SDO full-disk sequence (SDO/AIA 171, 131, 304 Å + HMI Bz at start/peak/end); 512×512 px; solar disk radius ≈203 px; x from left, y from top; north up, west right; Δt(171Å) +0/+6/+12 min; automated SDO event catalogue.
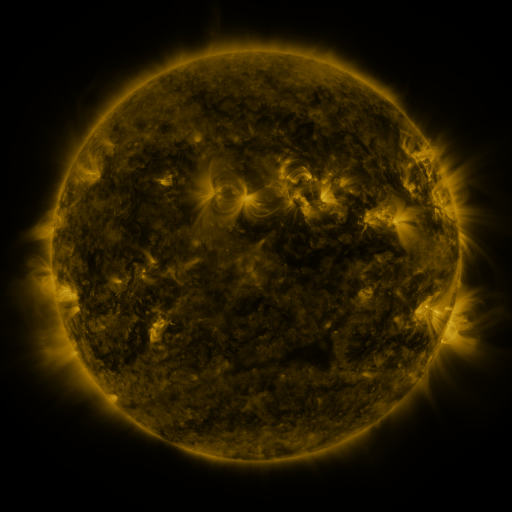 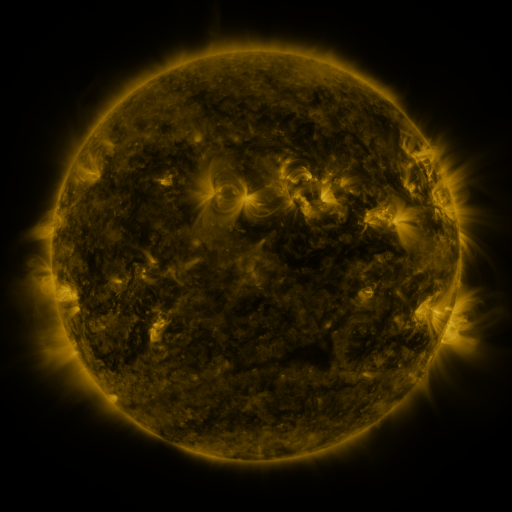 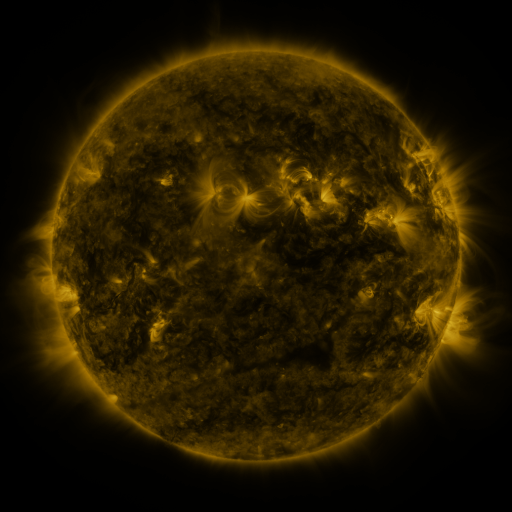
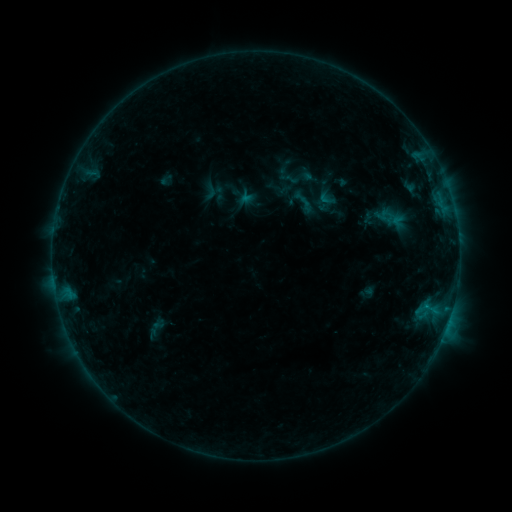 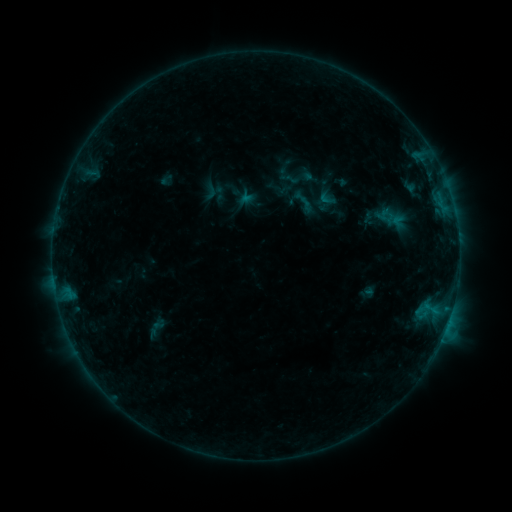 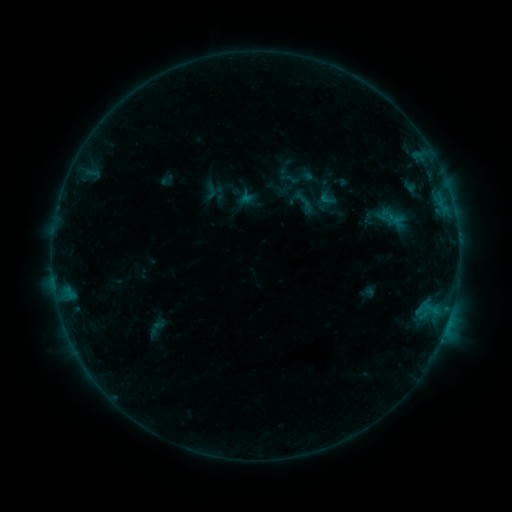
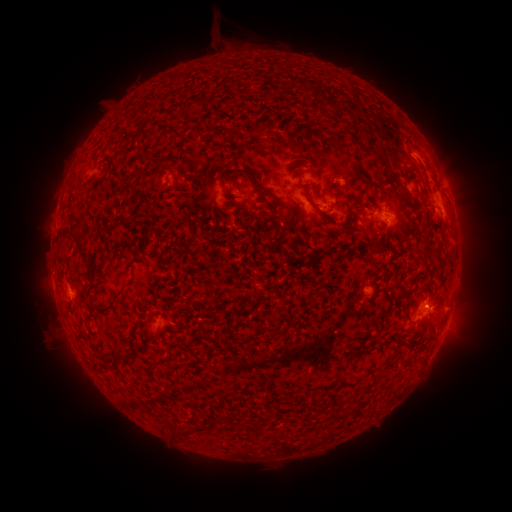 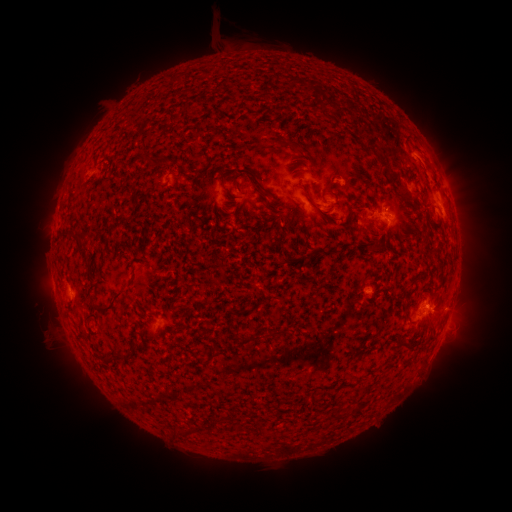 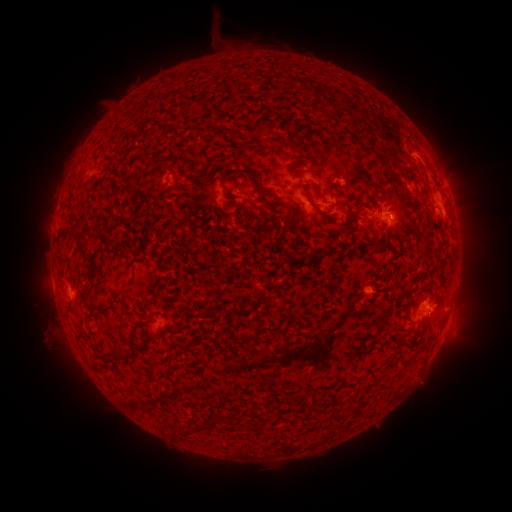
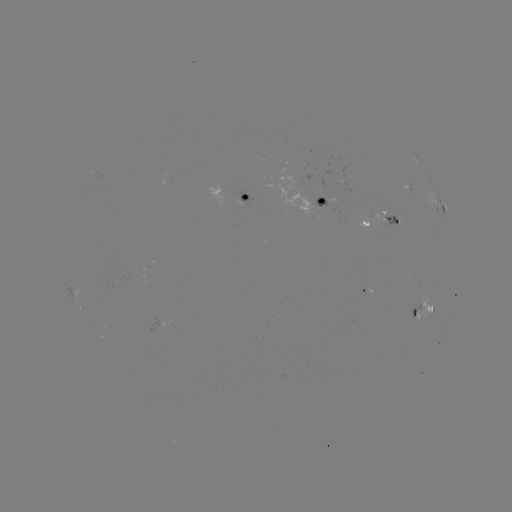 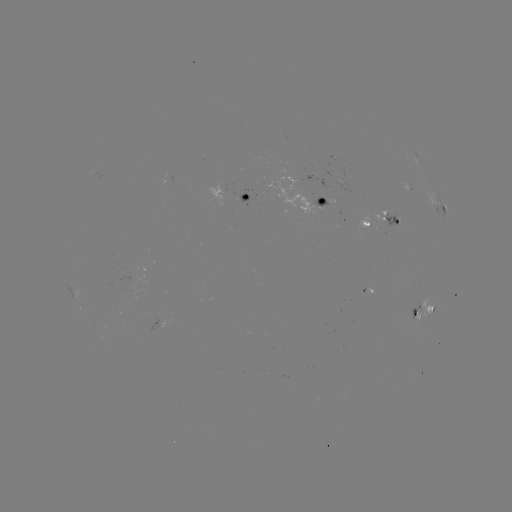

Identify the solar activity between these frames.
no flare in any classed list; no EUV-trigger detection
